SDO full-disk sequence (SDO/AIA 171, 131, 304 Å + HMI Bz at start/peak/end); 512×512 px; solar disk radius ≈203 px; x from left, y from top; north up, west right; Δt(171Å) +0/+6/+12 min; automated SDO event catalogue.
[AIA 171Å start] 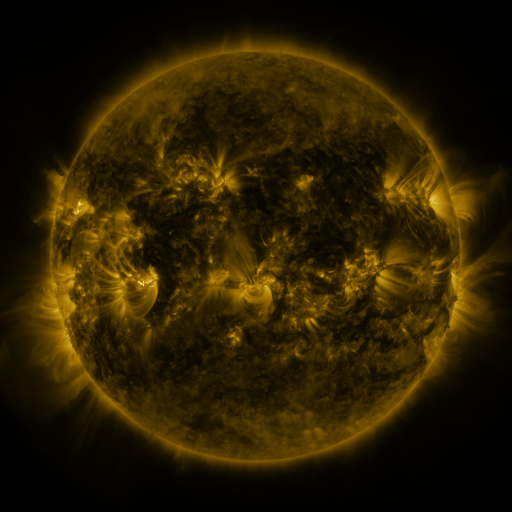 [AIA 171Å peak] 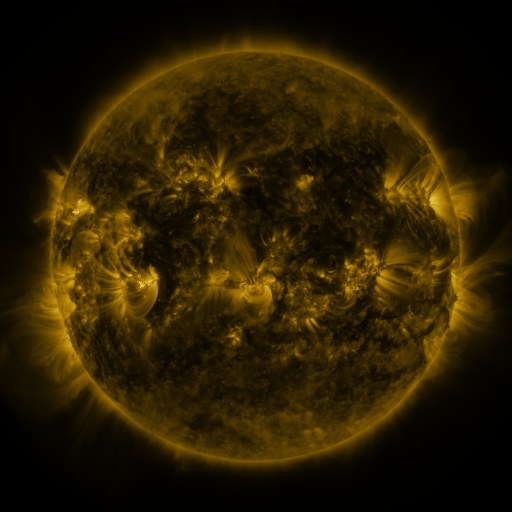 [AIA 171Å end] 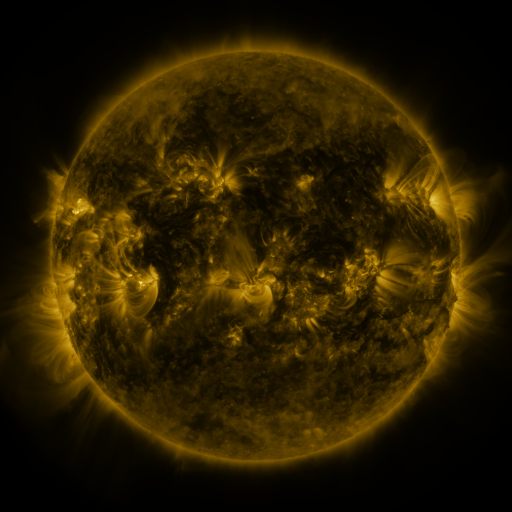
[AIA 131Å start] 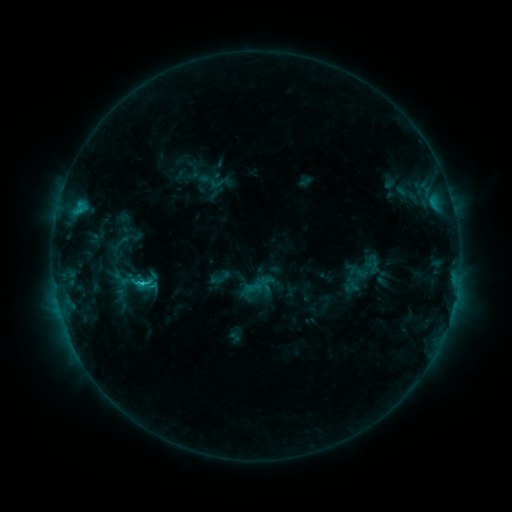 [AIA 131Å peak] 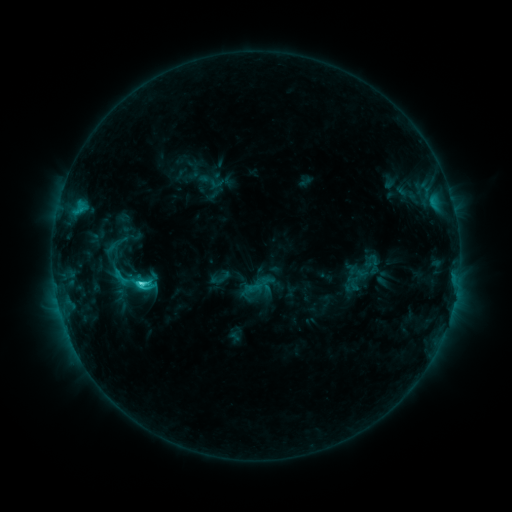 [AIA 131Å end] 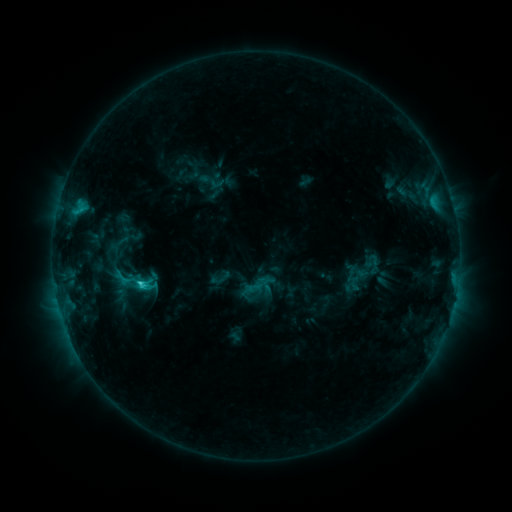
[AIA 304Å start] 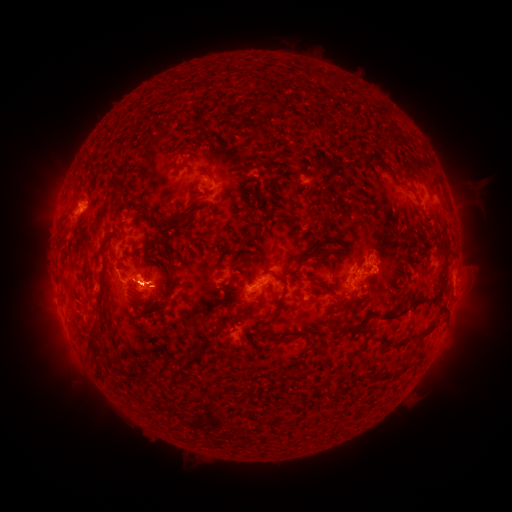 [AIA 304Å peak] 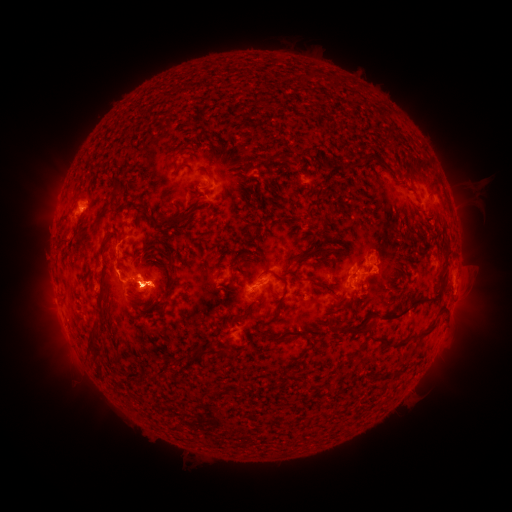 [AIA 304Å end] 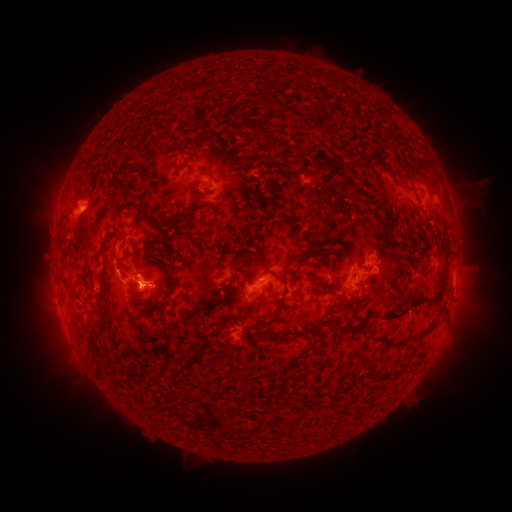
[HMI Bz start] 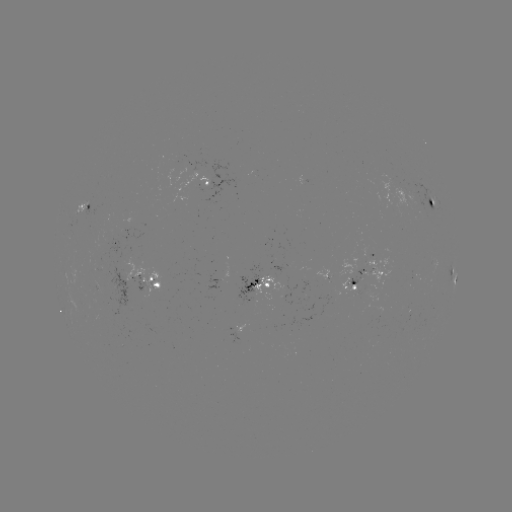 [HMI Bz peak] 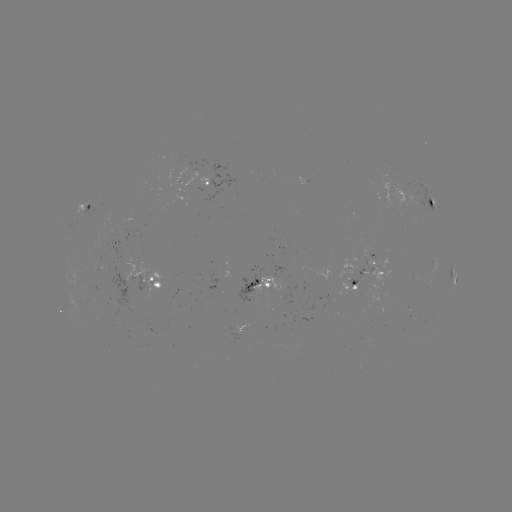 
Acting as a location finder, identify eruption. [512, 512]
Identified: (152, 287).